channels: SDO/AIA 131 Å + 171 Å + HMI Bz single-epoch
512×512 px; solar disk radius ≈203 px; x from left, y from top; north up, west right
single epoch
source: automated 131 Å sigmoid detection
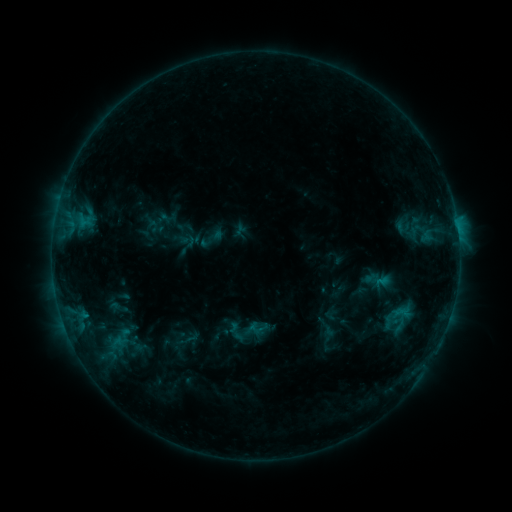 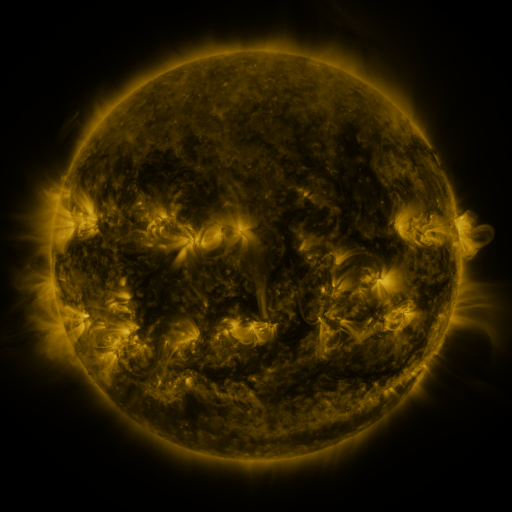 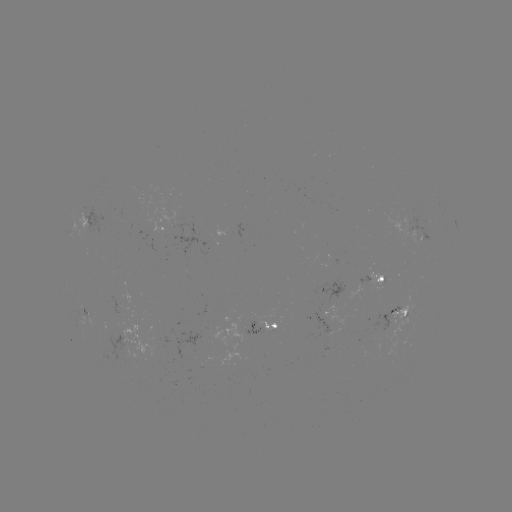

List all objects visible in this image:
sigmoid: (403, 317)
sigmoid: (250, 332)
